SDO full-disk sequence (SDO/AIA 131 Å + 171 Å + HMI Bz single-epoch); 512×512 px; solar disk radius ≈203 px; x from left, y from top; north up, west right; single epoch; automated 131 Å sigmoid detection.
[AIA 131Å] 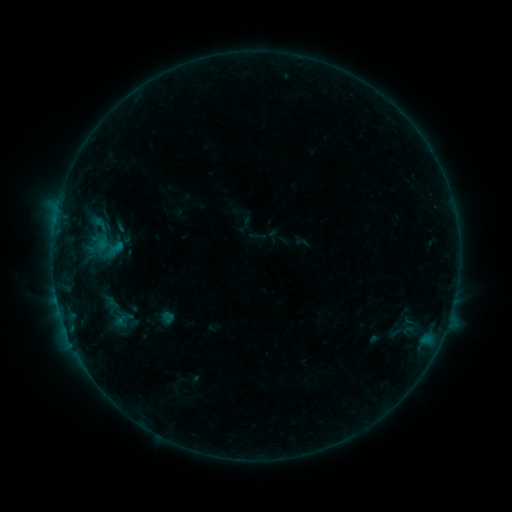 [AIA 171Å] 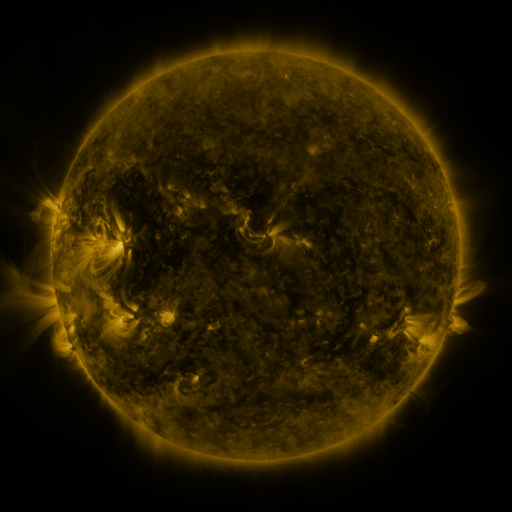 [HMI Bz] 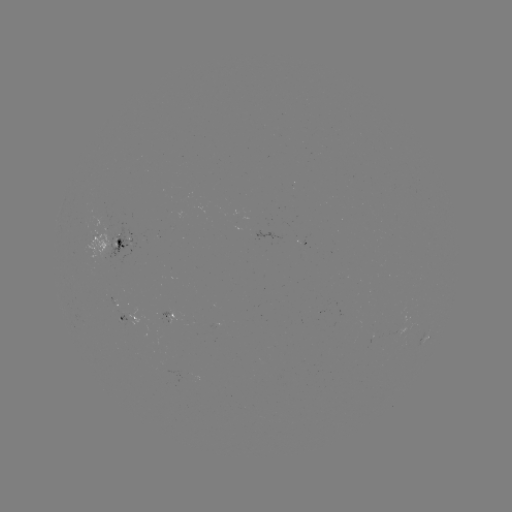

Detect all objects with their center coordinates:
sigmoid: [97, 229, 124, 261]
